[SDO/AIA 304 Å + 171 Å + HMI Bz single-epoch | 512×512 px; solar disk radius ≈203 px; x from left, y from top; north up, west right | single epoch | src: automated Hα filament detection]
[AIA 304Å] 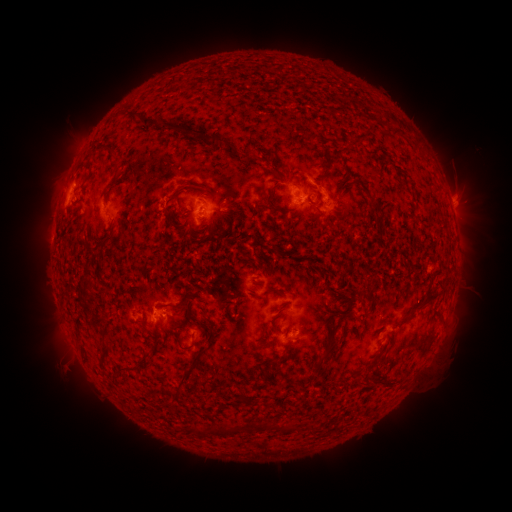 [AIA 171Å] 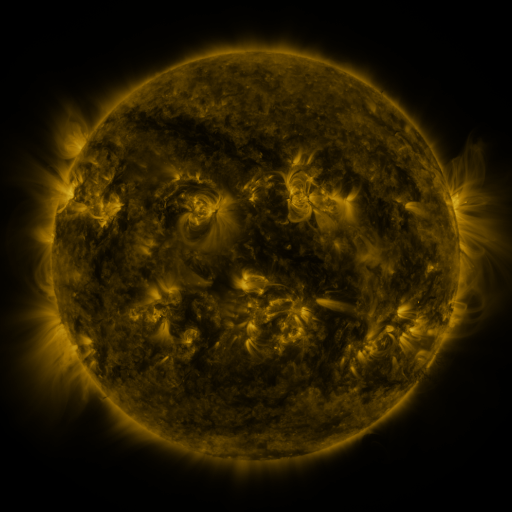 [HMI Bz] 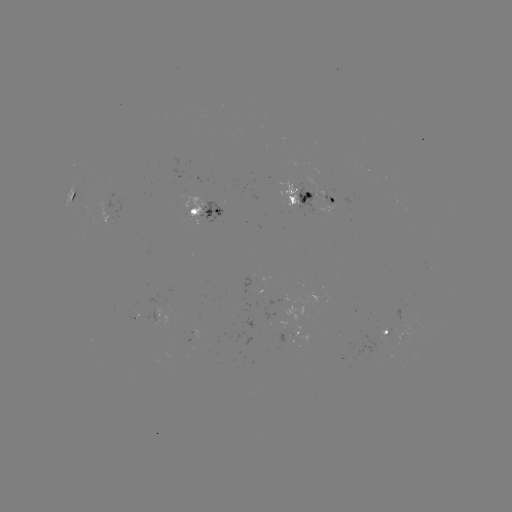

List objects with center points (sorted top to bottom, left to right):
filament: (127, 113, 184, 132)
filament: (390, 126, 401, 135)
filament: (188, 129, 201, 141)
filament: (209, 137, 217, 148)
filament: (223, 143, 241, 158)
filament: (104, 148, 119, 193)
filament: (317, 154, 331, 191)
filament: (251, 155, 262, 164)
filament: (264, 182, 289, 214)
filament: (162, 185, 192, 209)
filament: (367, 196, 380, 209)
filament: (180, 212, 190, 221)
filament: (163, 213, 171, 228)
filament: (92, 229, 116, 254)
filament: (78, 279, 93, 299)
filament: (414, 291, 440, 309)
filament: (158, 294, 189, 310)
filament: (188, 310, 203, 327)
filament: (90, 317, 107, 331)
filament: (206, 330, 216, 346)
filament: (177, 340, 196, 352)
filament: (314, 342, 335, 371)
filament: (270, 352, 282, 365)
filament: (119, 360, 146, 374)
filament: (173, 363, 197, 402)
filament: (382, 377, 393, 386)
filament: (254, 380, 266, 391)
filament: (238, 395, 250, 405)
filament: (196, 420, 283, 437)
filament: (288, 422, 298, 430)
